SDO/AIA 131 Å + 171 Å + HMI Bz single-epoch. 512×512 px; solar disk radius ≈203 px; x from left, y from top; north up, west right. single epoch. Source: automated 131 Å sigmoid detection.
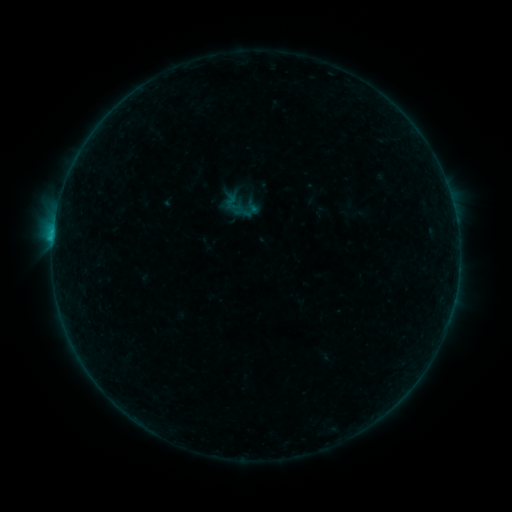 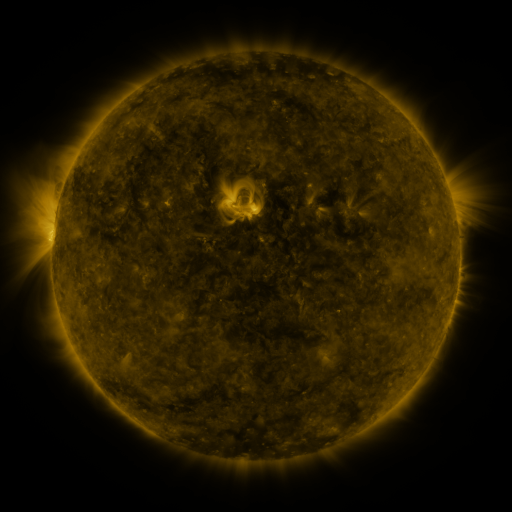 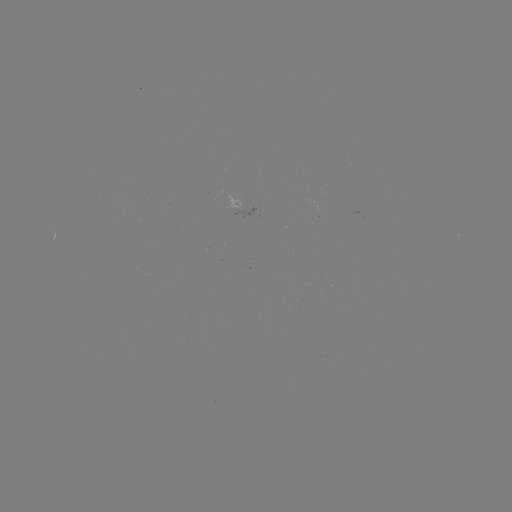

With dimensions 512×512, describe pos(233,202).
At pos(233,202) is sigmoid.